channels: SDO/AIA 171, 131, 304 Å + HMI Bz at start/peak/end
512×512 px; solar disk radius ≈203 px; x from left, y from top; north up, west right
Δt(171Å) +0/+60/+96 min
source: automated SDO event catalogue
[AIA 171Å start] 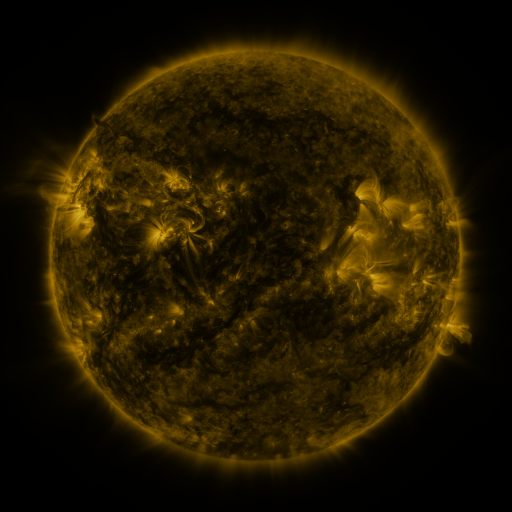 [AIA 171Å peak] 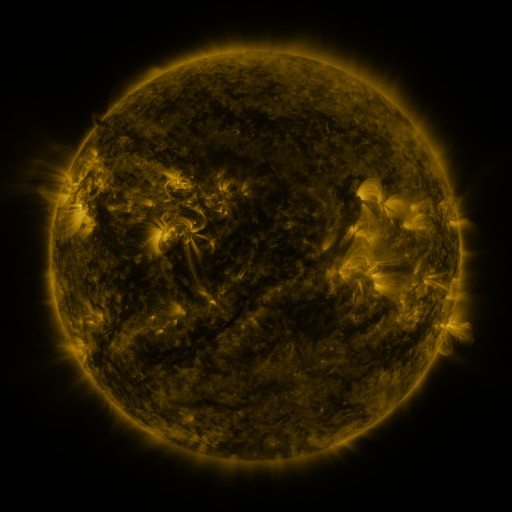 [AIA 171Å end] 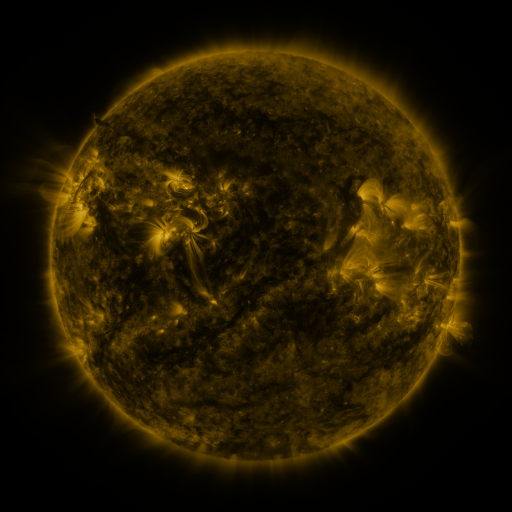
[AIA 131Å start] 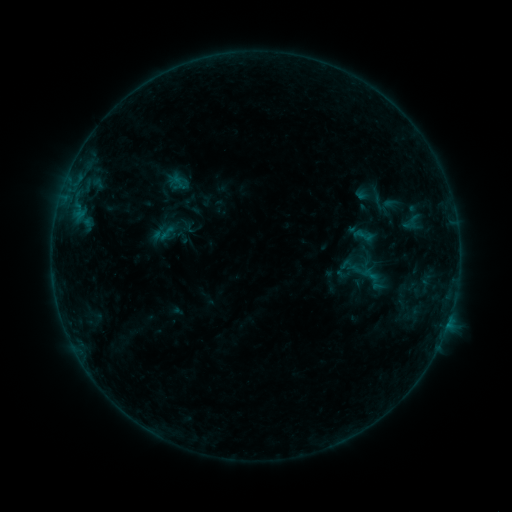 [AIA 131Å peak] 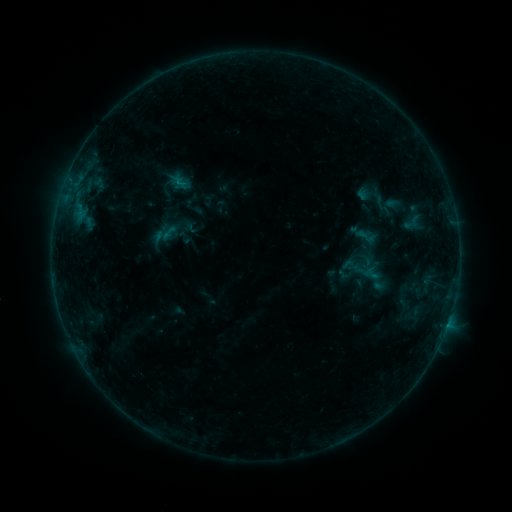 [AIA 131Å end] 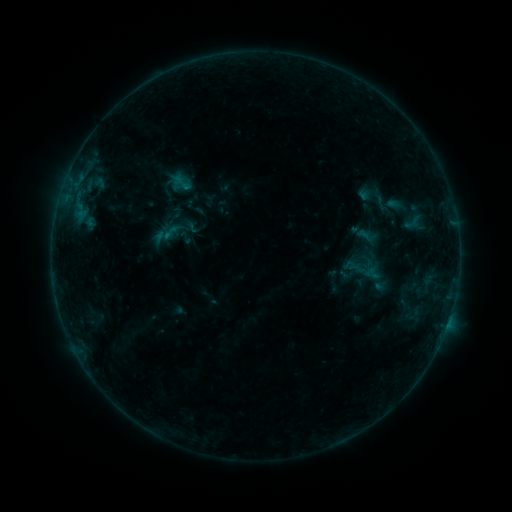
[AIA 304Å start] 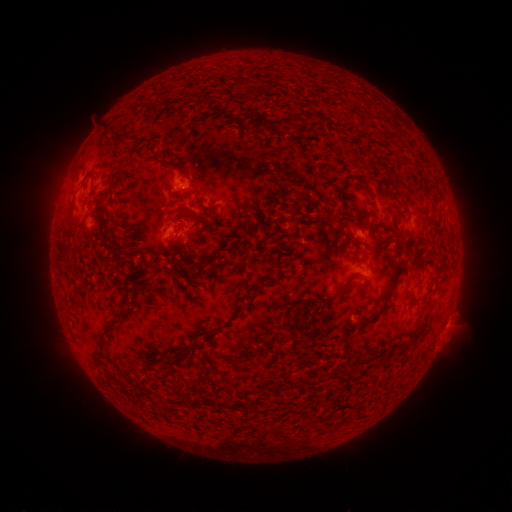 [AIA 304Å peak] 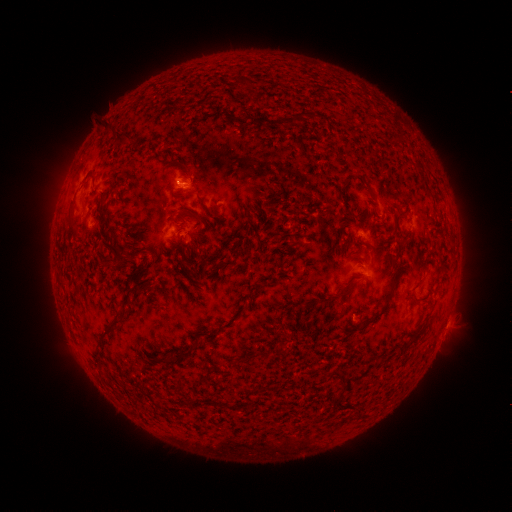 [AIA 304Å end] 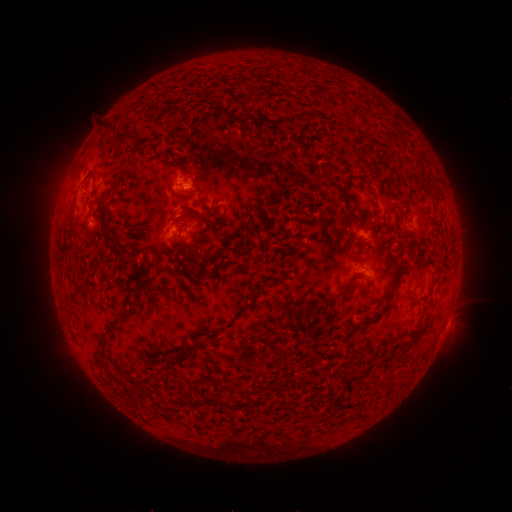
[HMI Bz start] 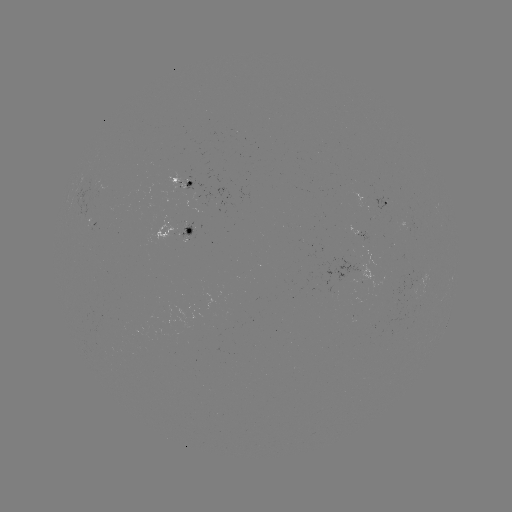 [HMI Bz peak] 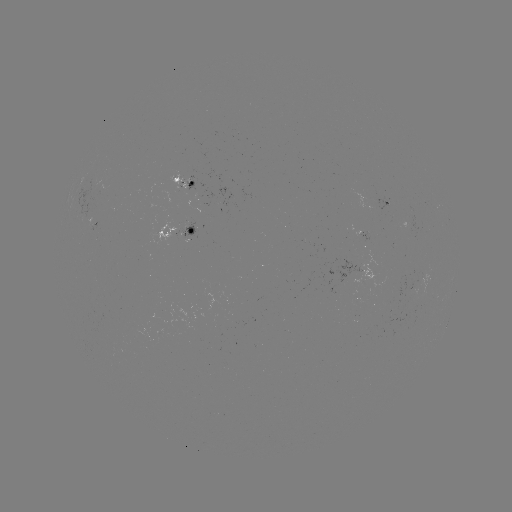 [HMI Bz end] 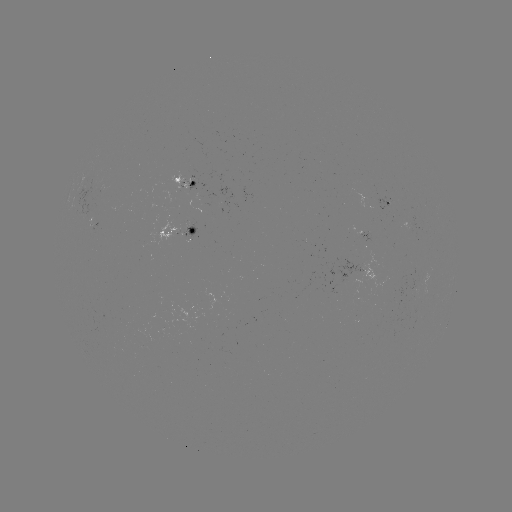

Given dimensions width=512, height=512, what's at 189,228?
emerging-flux region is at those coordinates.